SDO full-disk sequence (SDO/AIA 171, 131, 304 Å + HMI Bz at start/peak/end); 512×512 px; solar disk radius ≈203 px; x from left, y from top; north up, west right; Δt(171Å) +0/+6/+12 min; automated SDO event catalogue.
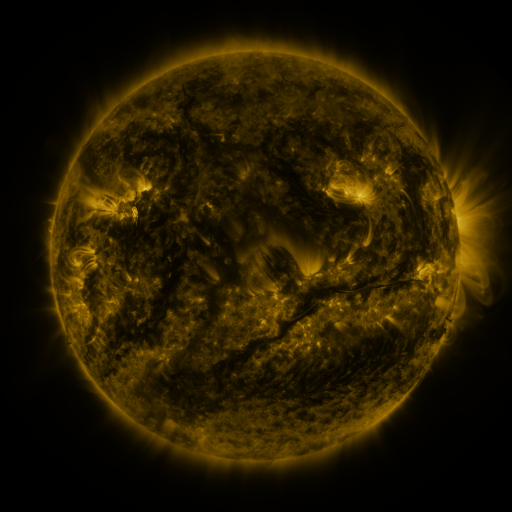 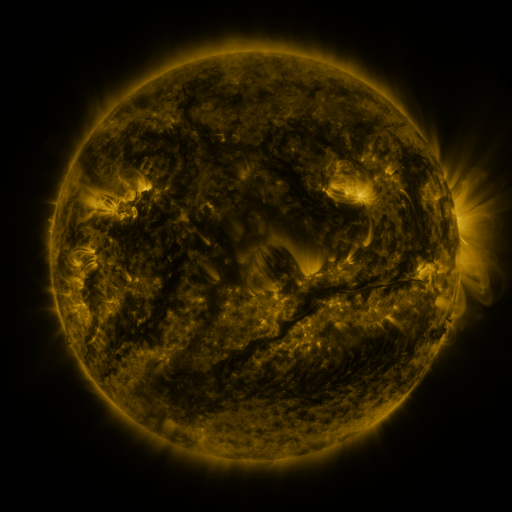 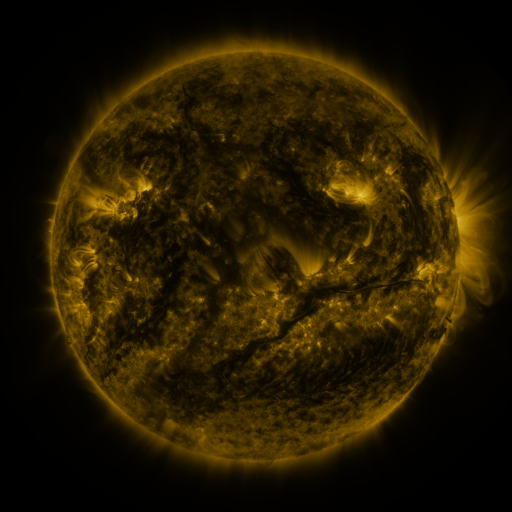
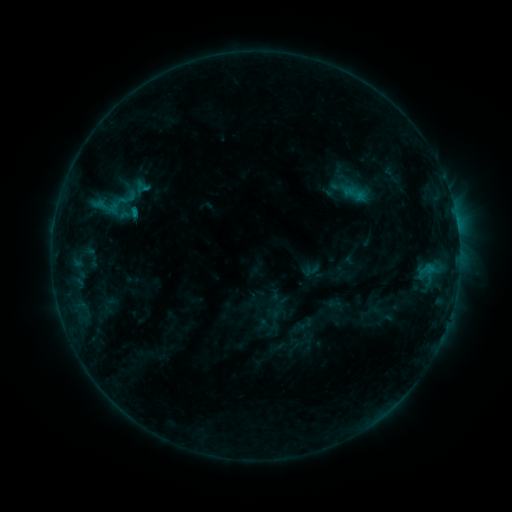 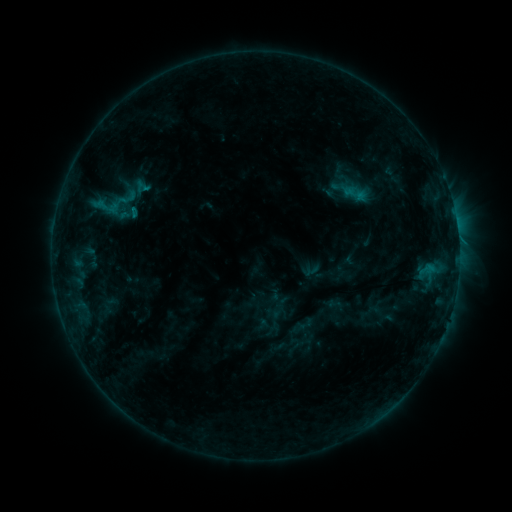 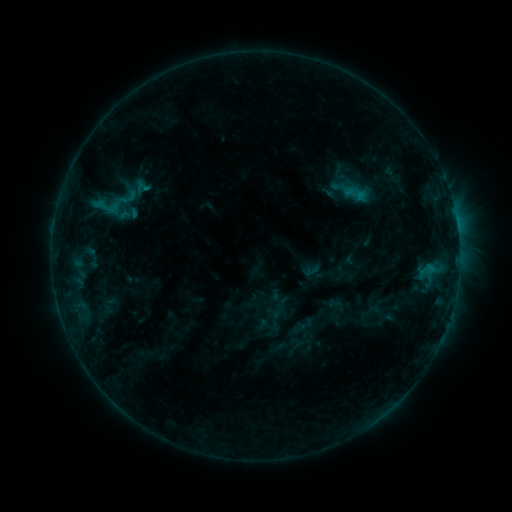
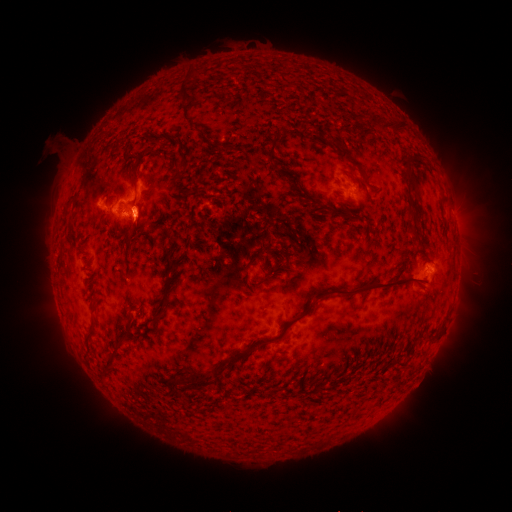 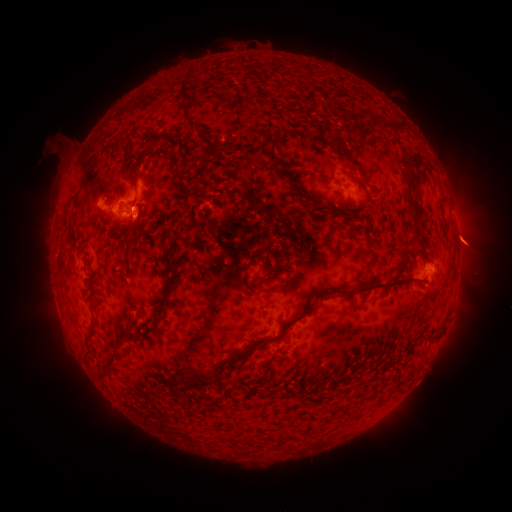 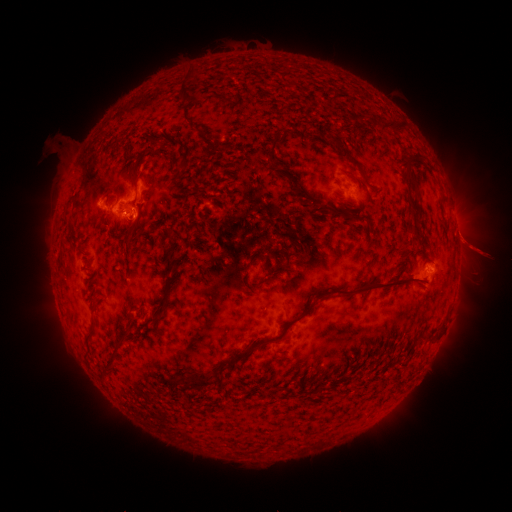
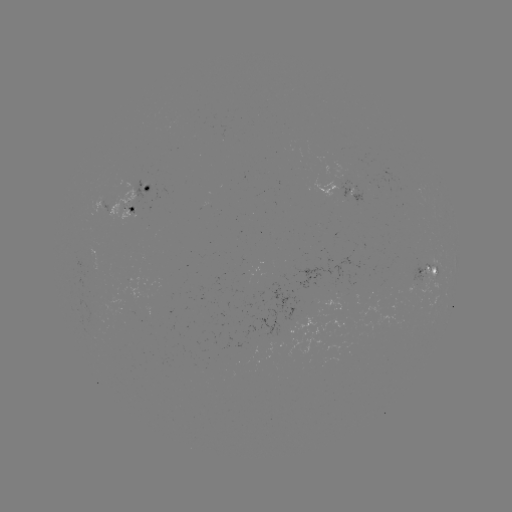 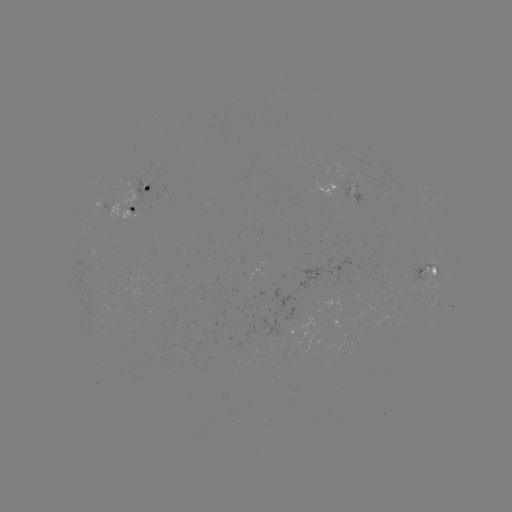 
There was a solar eruption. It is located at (470, 243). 